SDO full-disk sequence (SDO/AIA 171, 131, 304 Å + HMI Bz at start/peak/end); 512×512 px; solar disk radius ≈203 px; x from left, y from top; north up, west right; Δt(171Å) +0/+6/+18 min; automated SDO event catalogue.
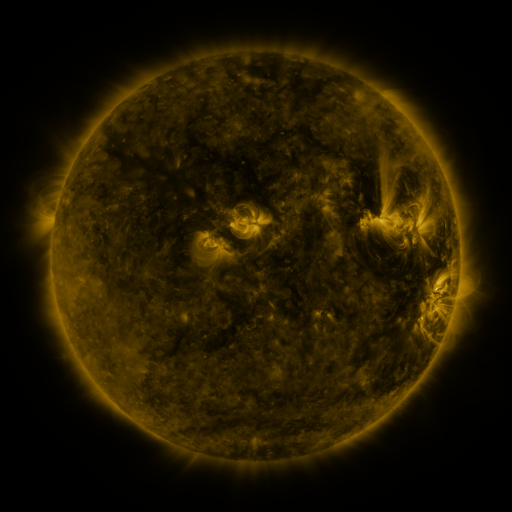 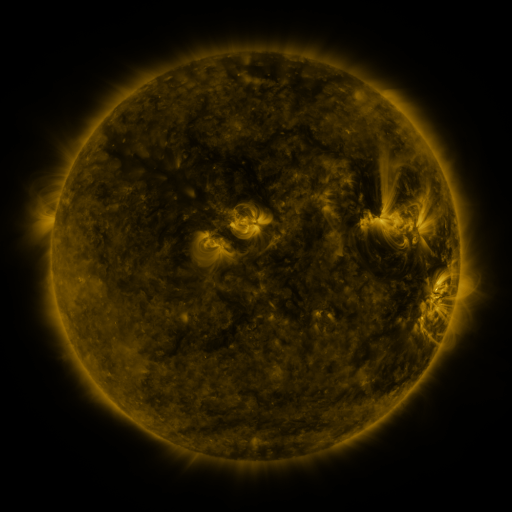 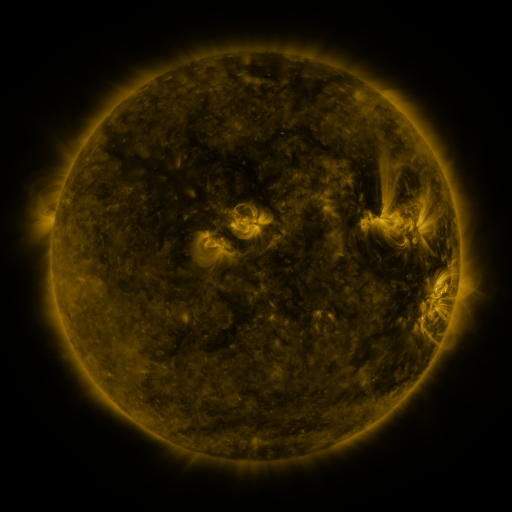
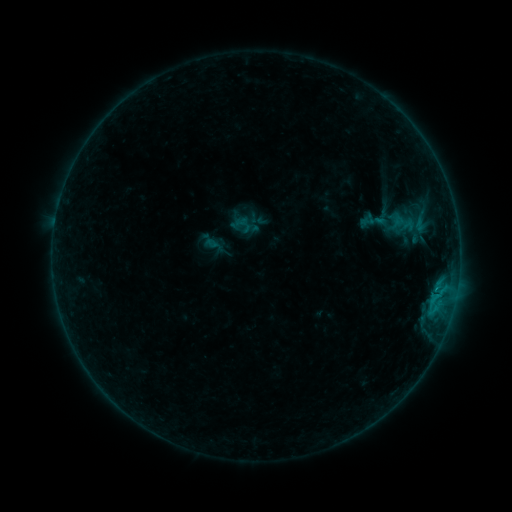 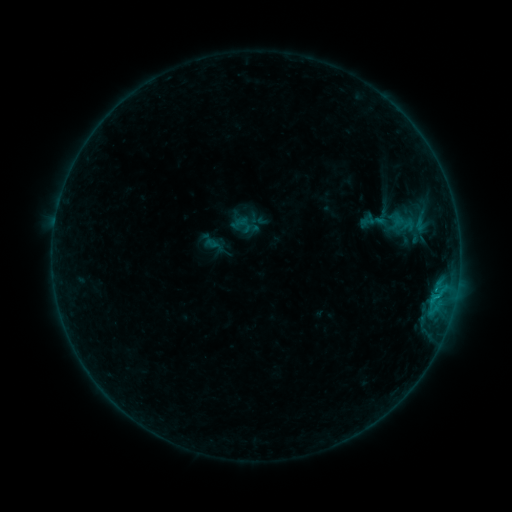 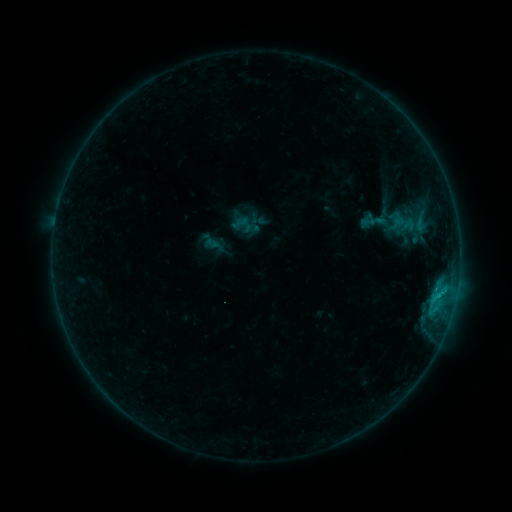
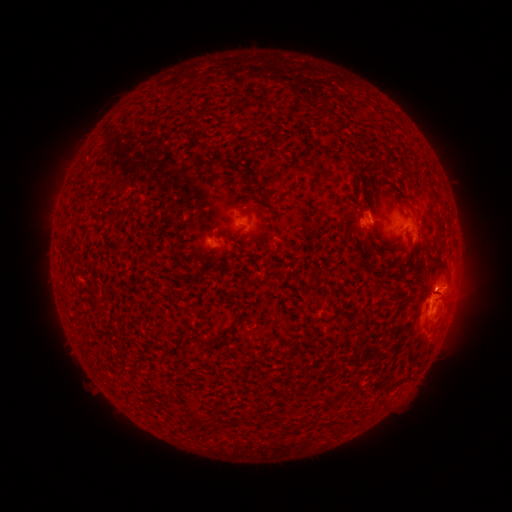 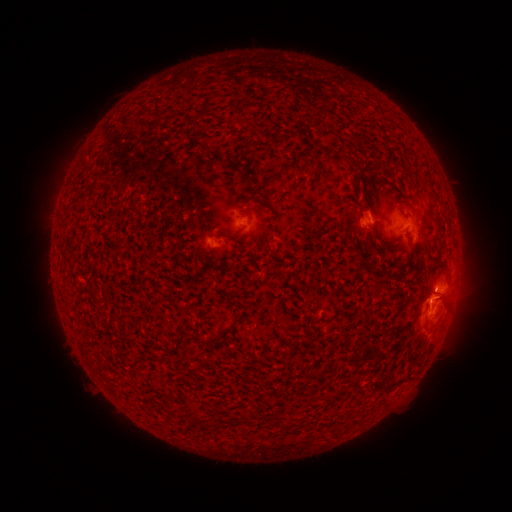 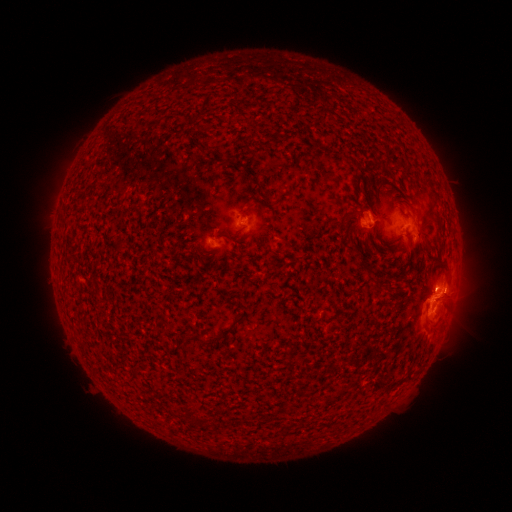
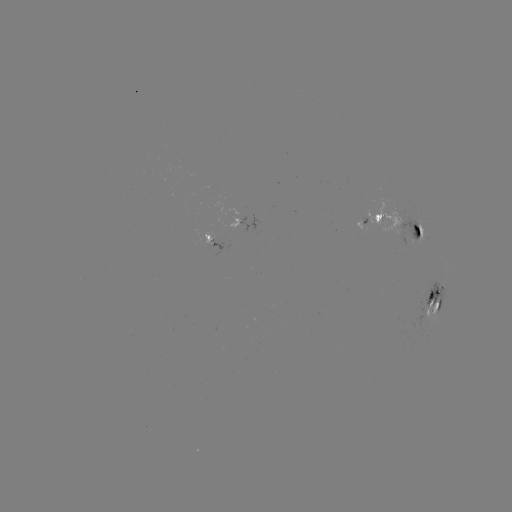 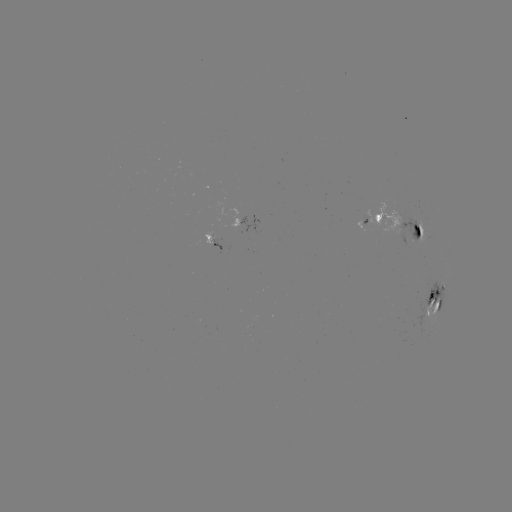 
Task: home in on C1.2 flare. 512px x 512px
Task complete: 438,294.